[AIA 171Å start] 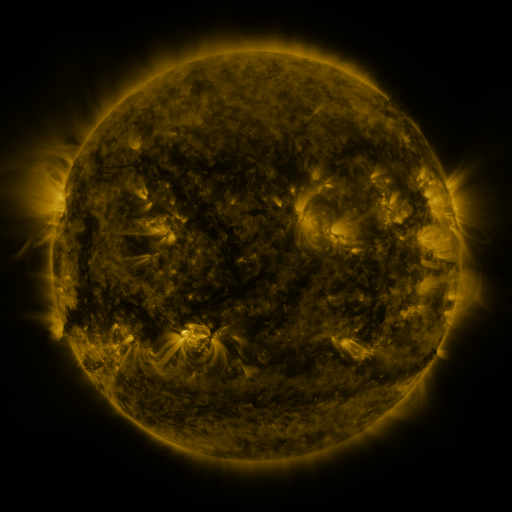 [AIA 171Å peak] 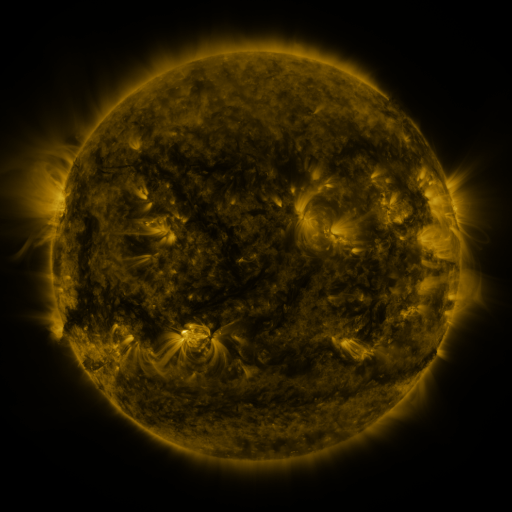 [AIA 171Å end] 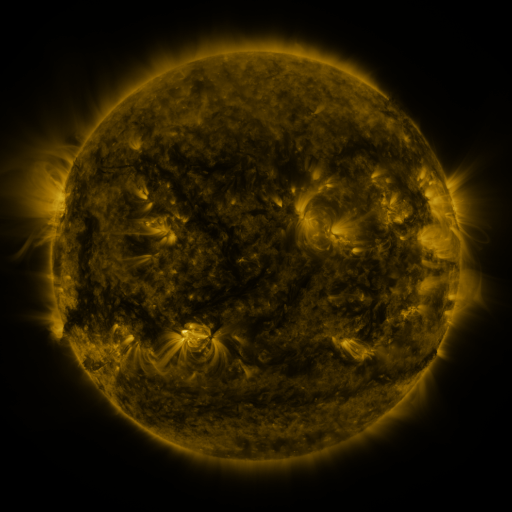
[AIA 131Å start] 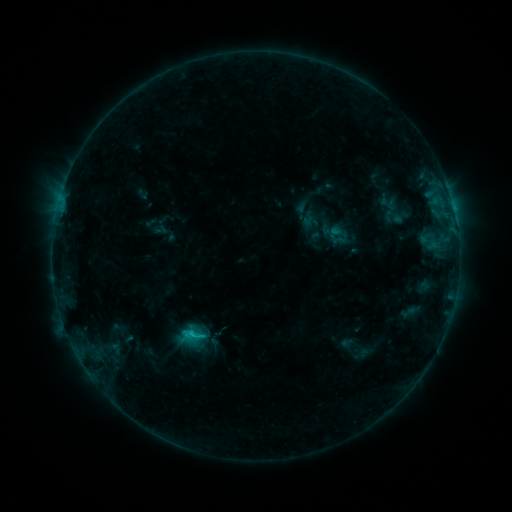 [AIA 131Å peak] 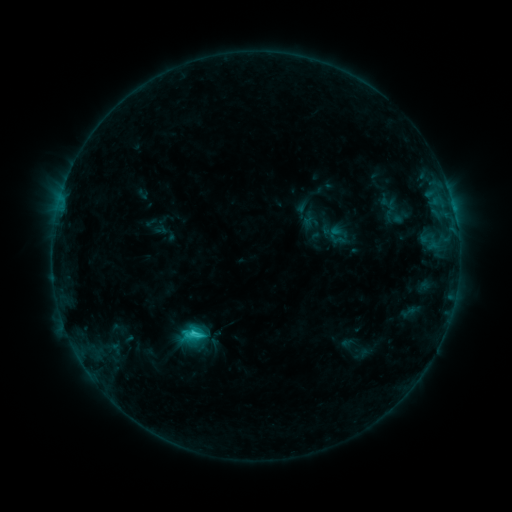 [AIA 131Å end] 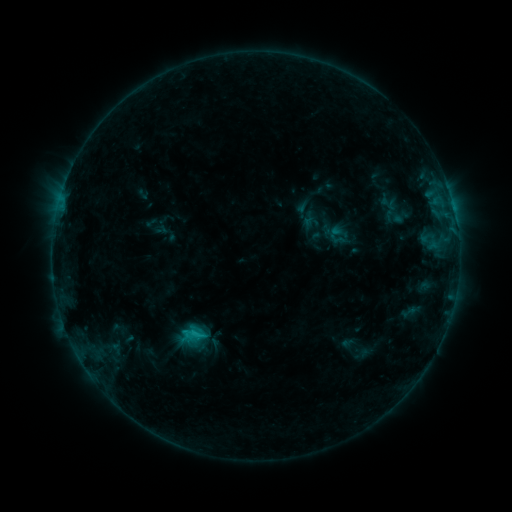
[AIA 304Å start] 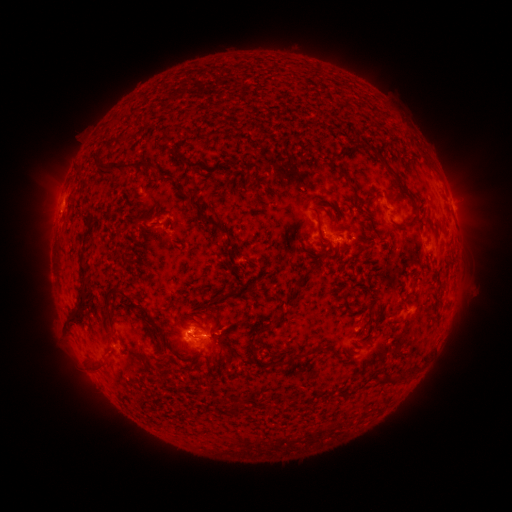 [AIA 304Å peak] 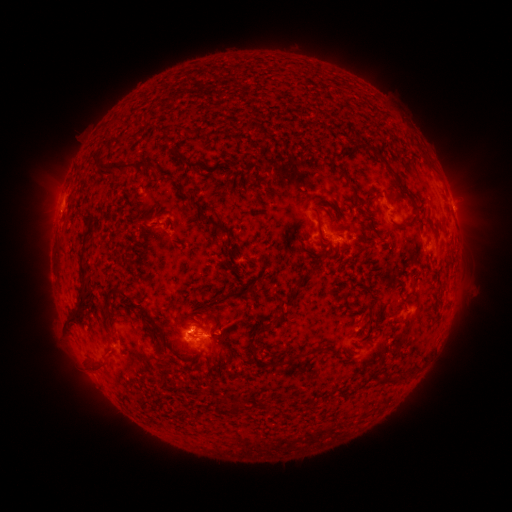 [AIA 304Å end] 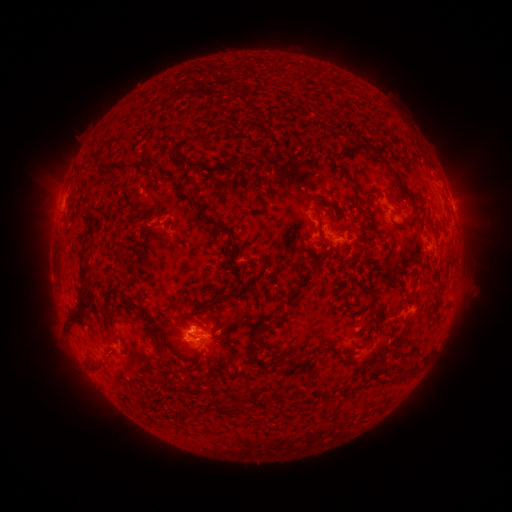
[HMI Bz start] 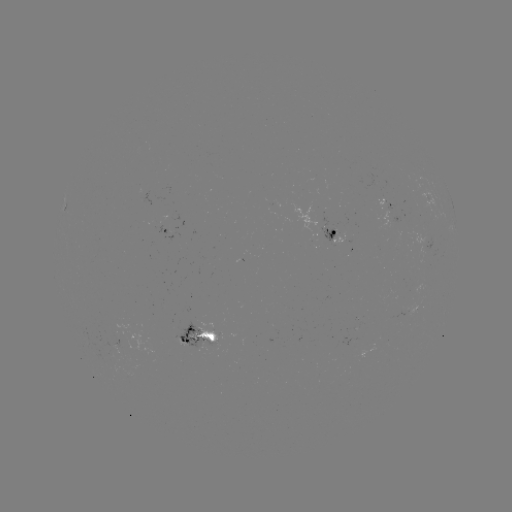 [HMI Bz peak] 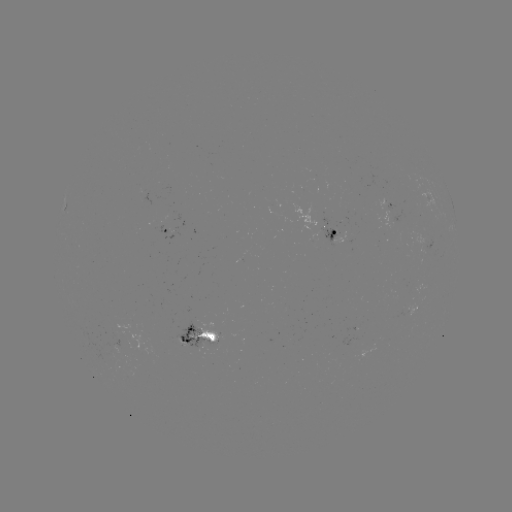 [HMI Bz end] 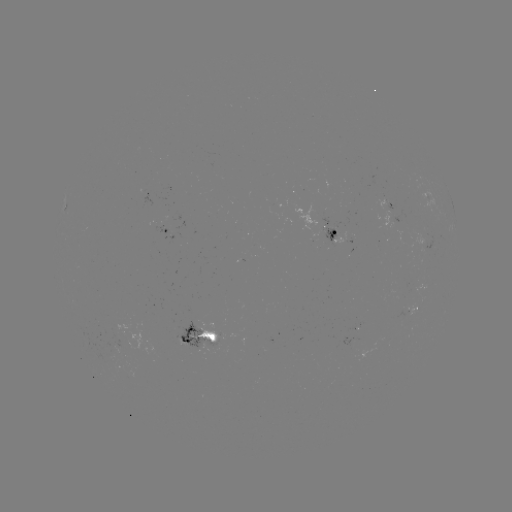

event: flare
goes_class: C1.5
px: (195, 331)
